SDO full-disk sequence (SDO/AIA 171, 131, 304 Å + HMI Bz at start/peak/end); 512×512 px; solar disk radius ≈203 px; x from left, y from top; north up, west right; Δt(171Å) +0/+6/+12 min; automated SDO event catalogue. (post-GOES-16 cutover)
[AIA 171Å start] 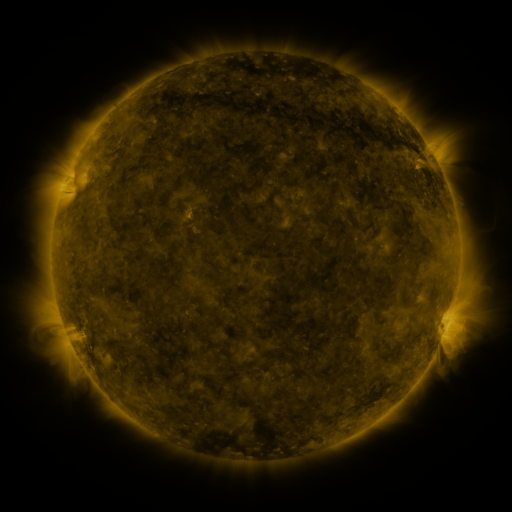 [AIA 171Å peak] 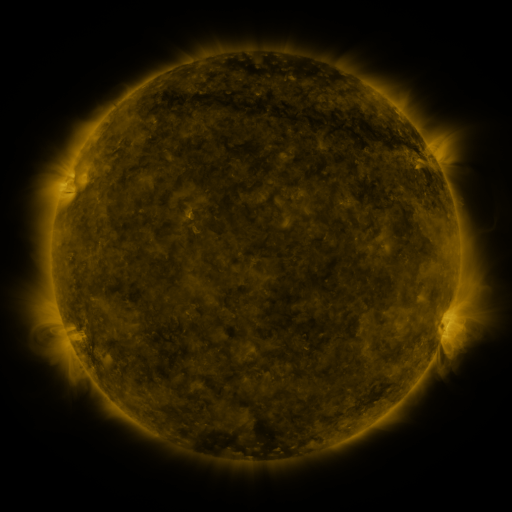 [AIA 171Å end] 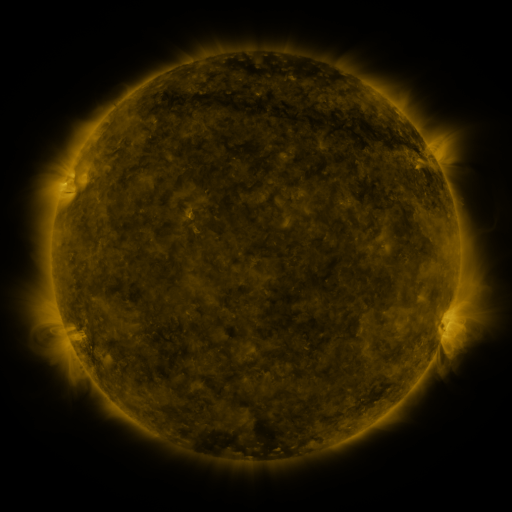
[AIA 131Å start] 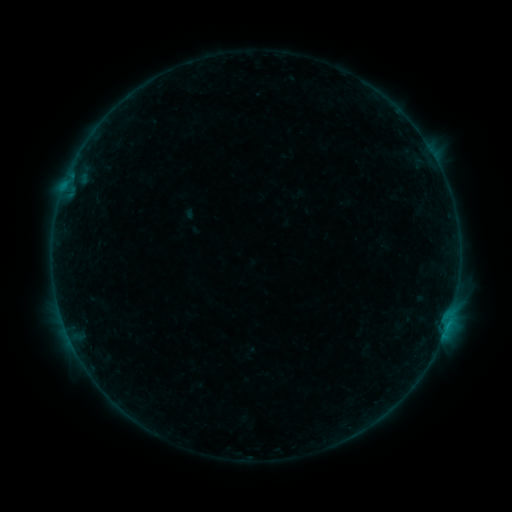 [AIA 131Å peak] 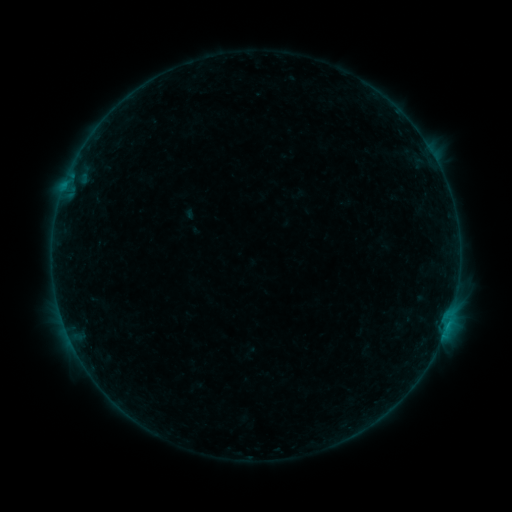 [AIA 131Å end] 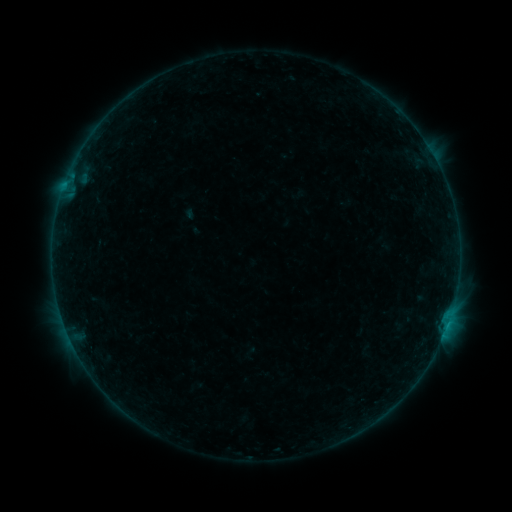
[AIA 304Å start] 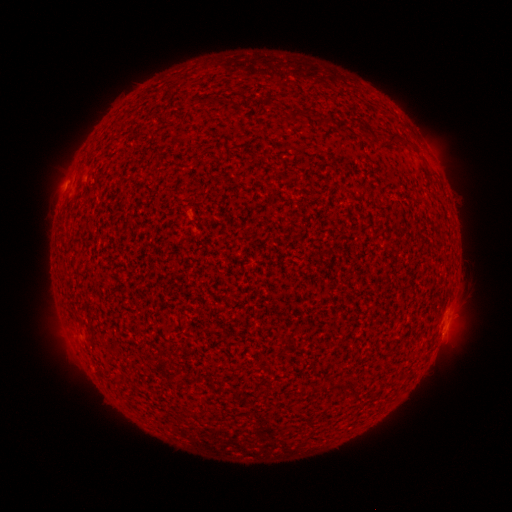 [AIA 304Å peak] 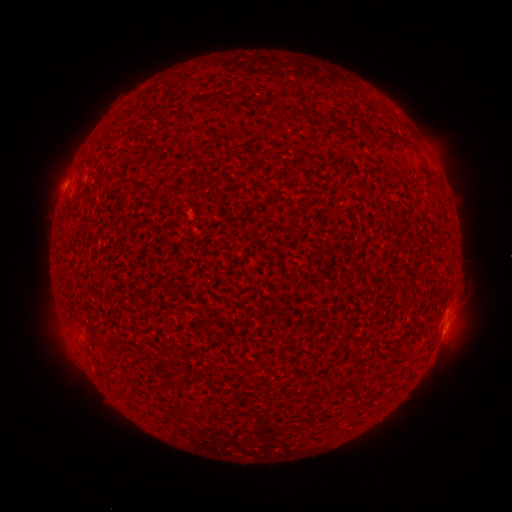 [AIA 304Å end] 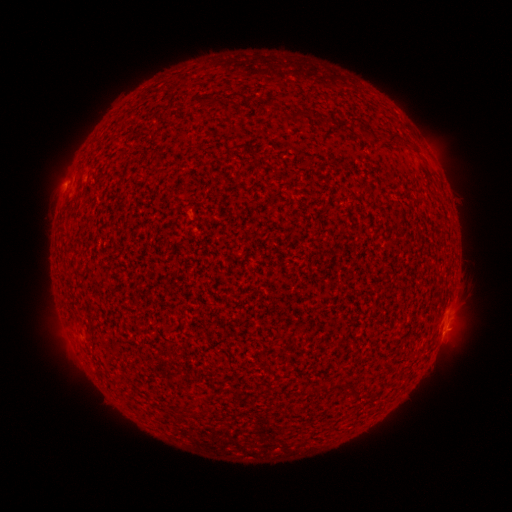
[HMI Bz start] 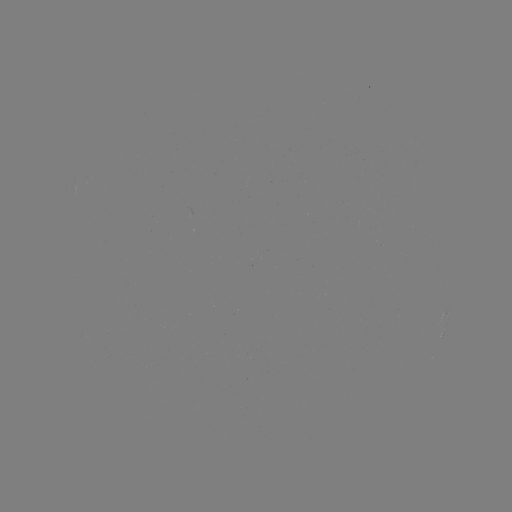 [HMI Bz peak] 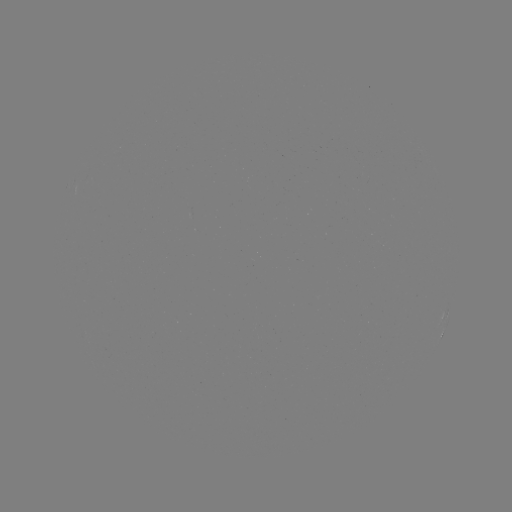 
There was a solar flare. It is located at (446, 325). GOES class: B2.3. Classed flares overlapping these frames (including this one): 2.